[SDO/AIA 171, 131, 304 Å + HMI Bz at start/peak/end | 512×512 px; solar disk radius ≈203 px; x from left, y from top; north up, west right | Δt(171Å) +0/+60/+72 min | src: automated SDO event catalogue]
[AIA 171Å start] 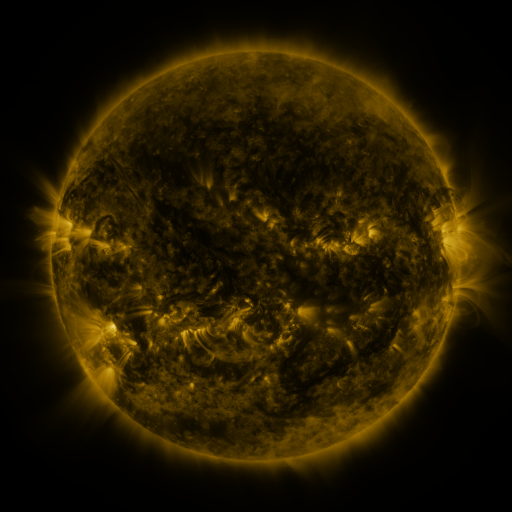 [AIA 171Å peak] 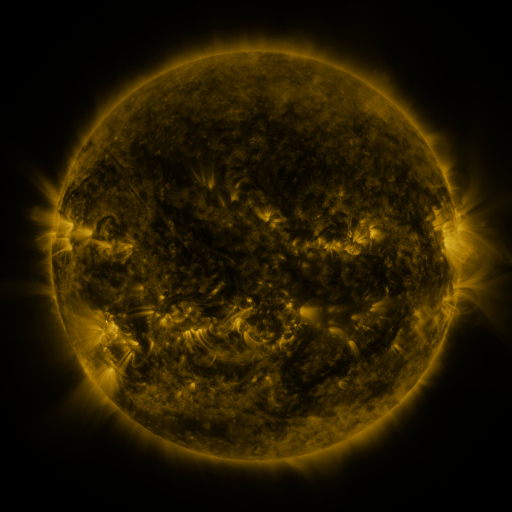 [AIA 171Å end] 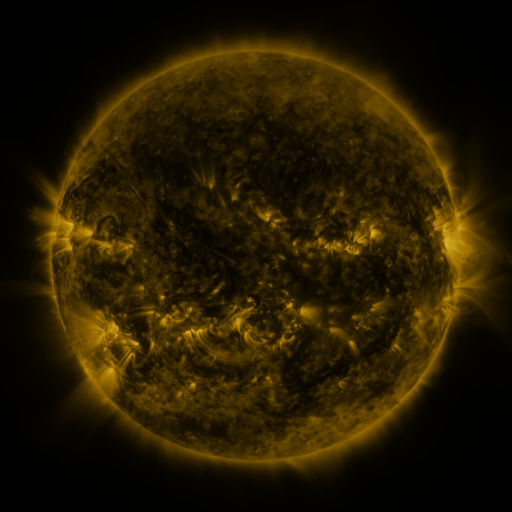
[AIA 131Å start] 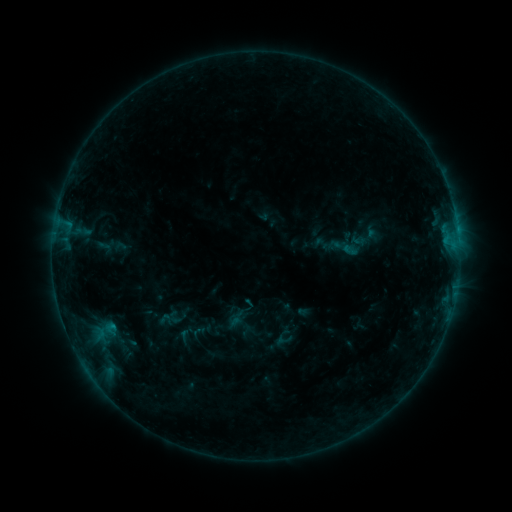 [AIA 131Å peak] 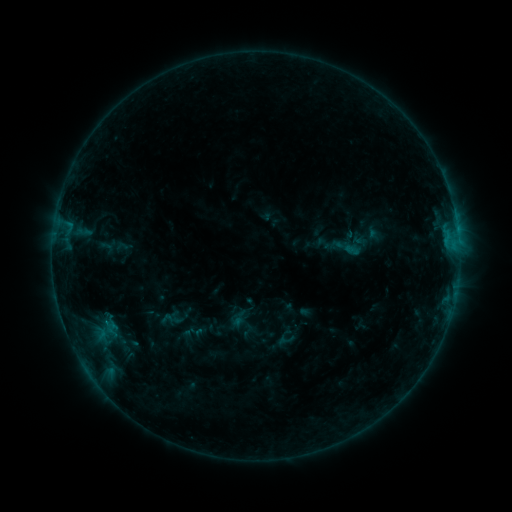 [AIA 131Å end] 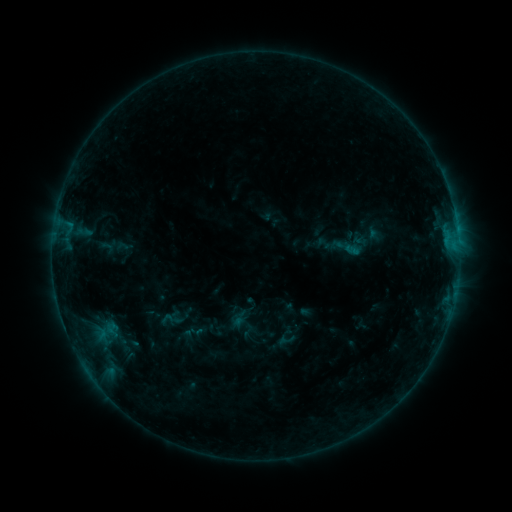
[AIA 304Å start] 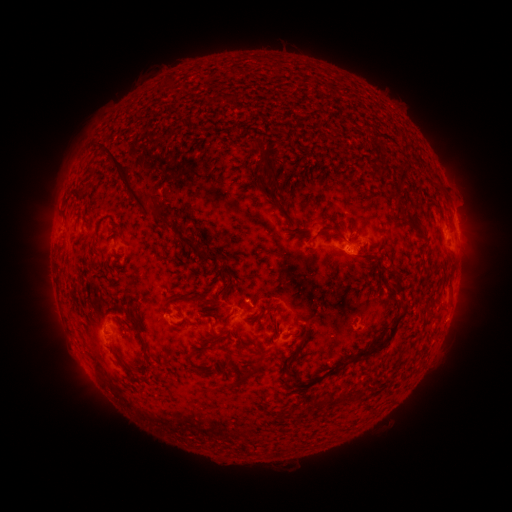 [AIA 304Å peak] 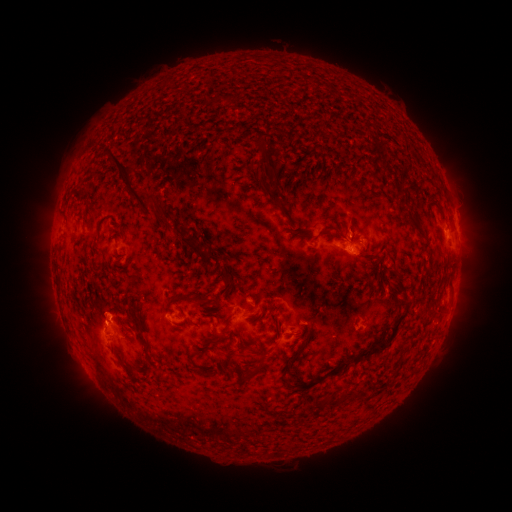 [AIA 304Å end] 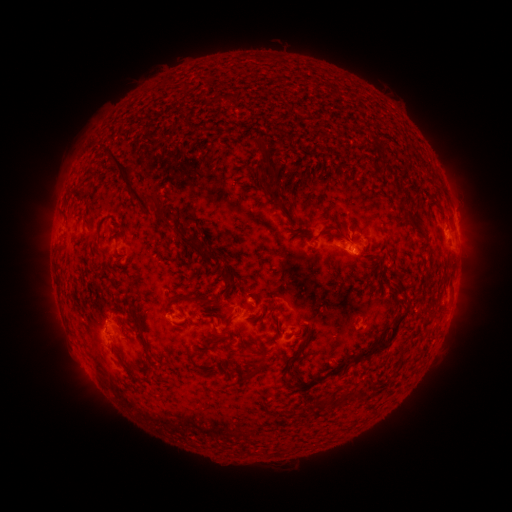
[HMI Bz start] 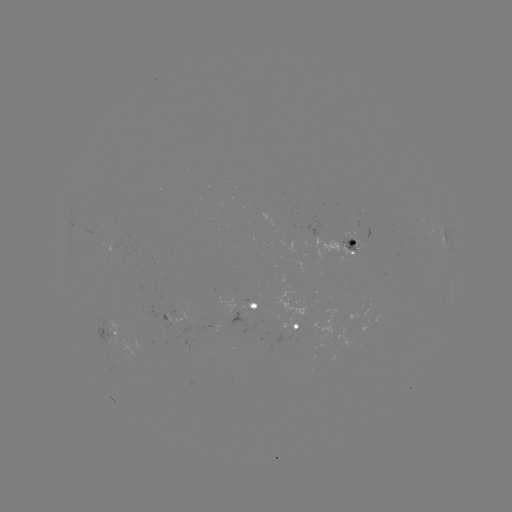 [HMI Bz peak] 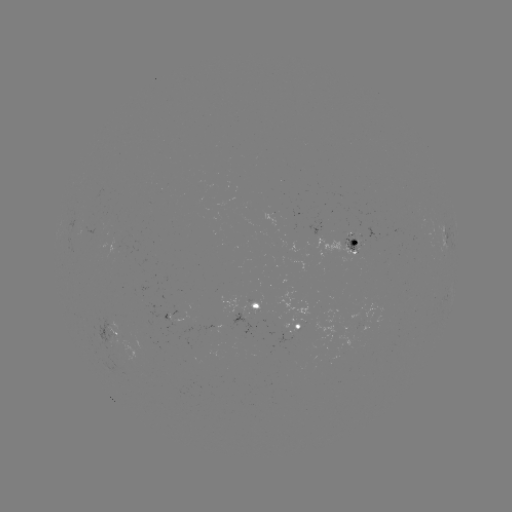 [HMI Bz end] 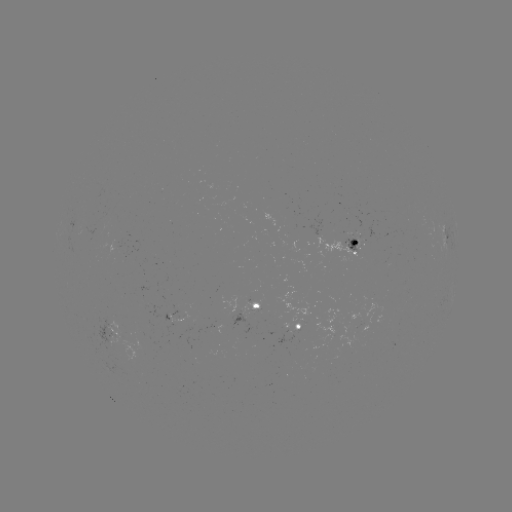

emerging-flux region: (346, 232, 362, 235)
